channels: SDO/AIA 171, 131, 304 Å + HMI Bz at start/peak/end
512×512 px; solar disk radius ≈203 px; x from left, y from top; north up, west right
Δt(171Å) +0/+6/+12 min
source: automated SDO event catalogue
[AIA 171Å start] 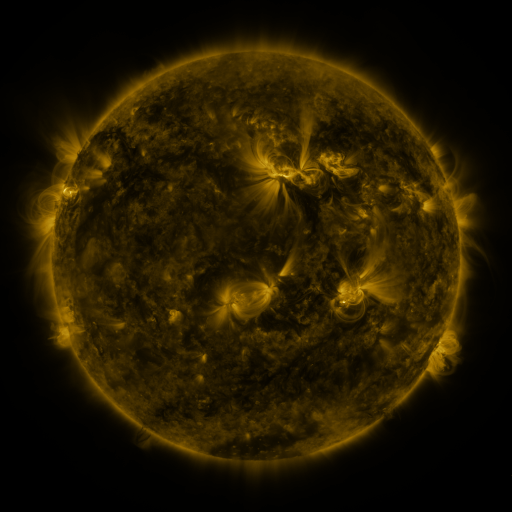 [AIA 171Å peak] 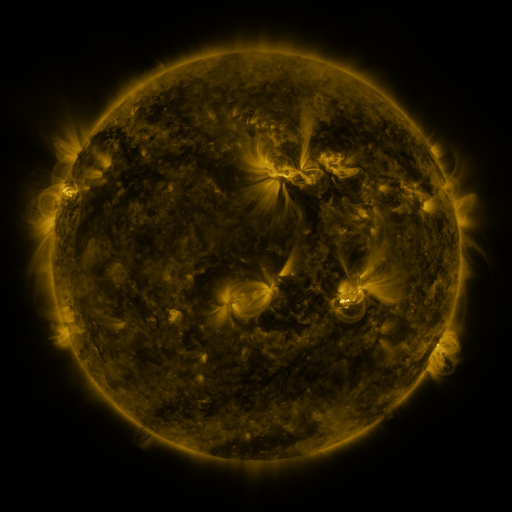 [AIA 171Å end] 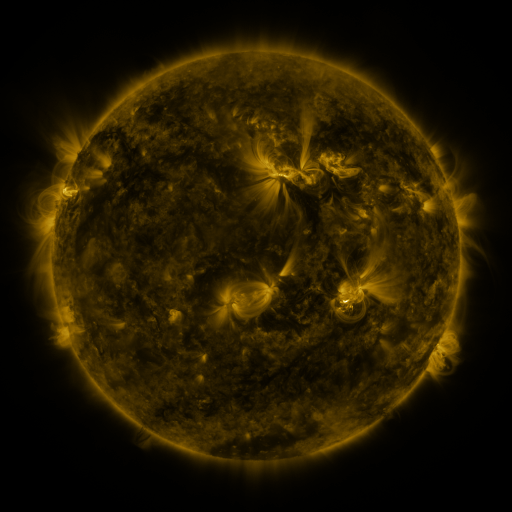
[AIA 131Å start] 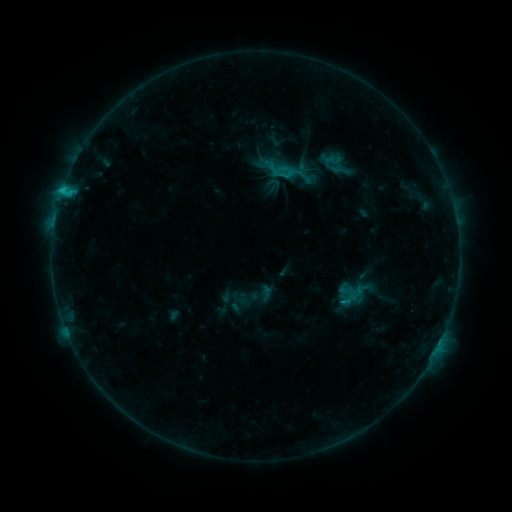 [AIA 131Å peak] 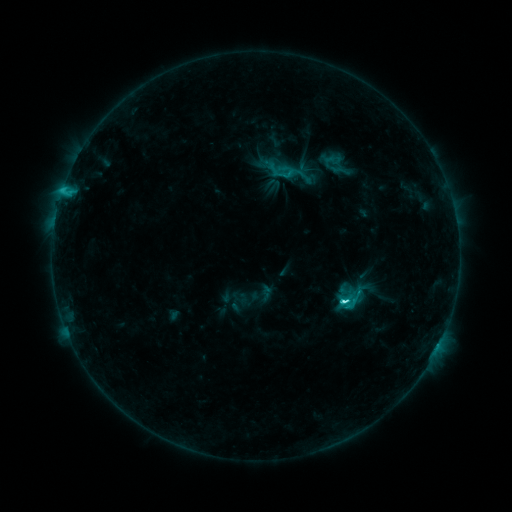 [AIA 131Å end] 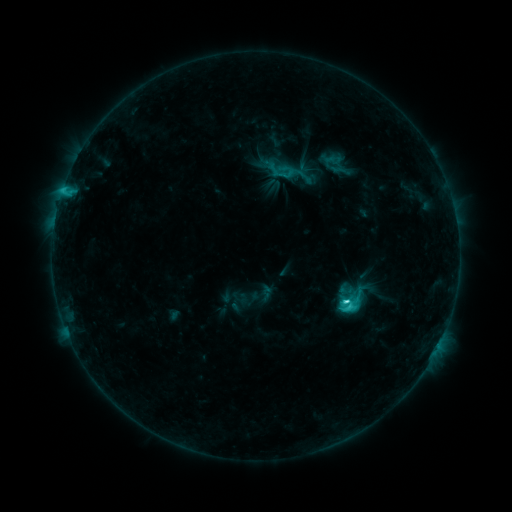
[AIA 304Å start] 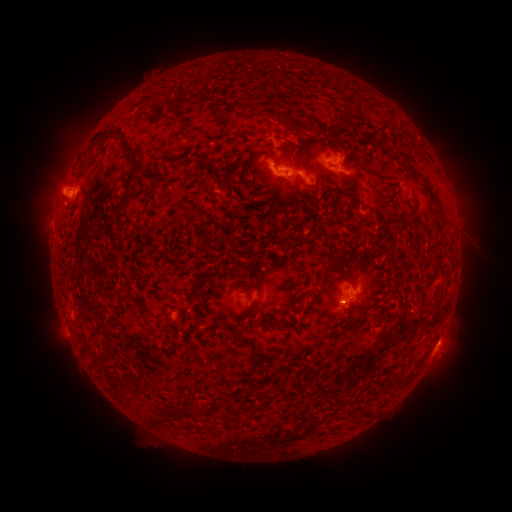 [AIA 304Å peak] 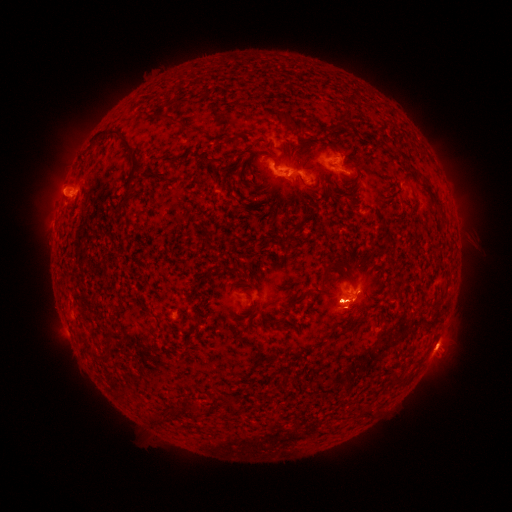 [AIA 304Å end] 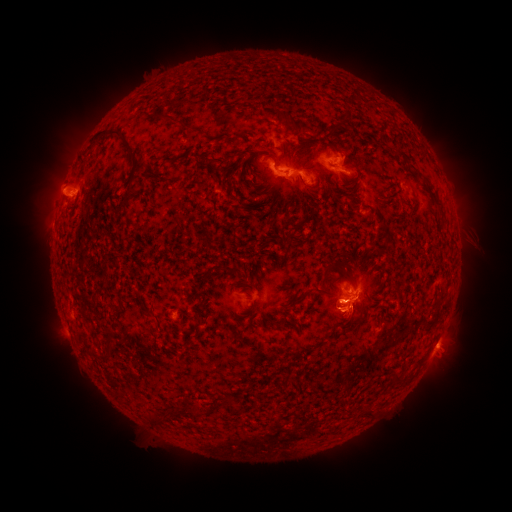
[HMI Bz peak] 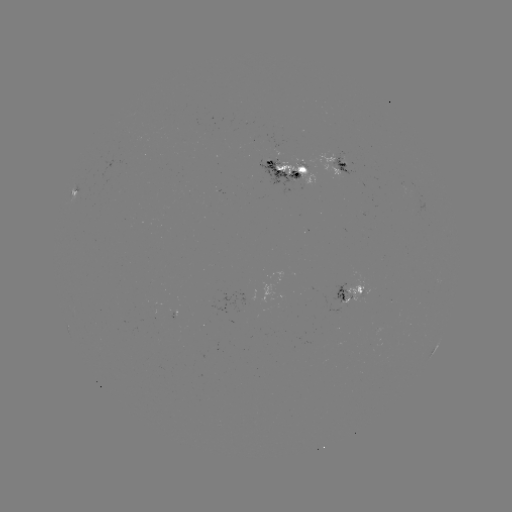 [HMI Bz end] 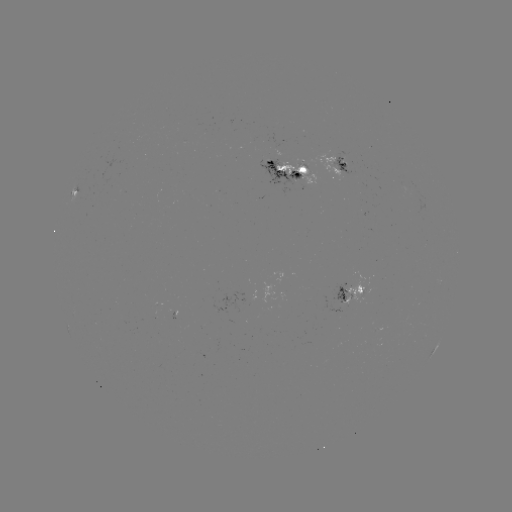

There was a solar eruption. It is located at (348, 313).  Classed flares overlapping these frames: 1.